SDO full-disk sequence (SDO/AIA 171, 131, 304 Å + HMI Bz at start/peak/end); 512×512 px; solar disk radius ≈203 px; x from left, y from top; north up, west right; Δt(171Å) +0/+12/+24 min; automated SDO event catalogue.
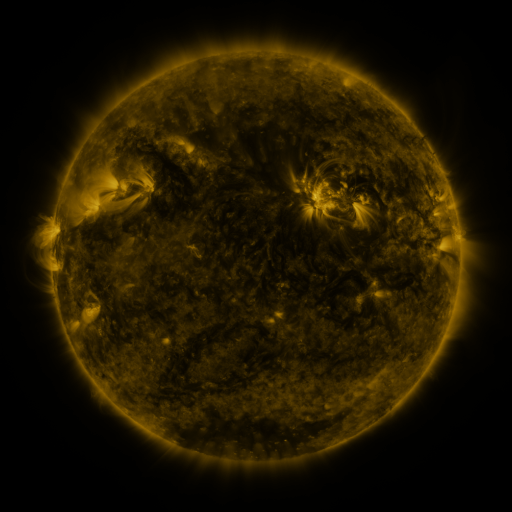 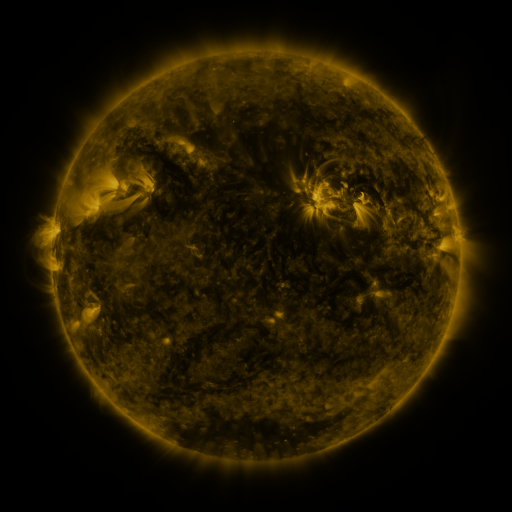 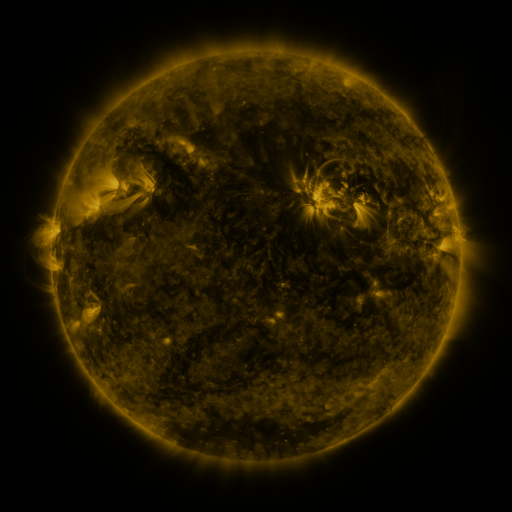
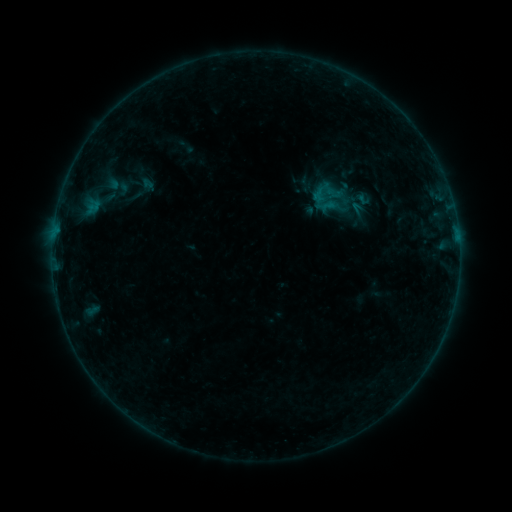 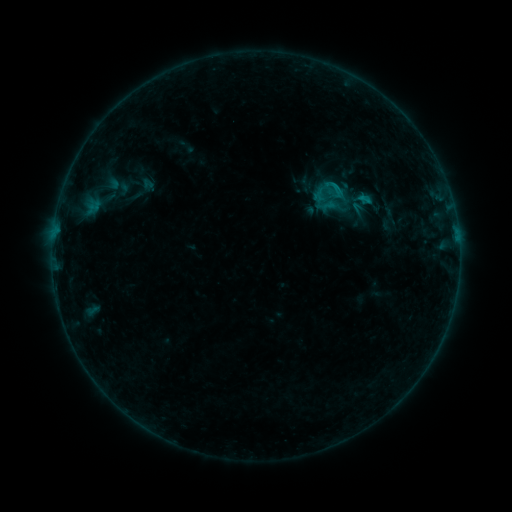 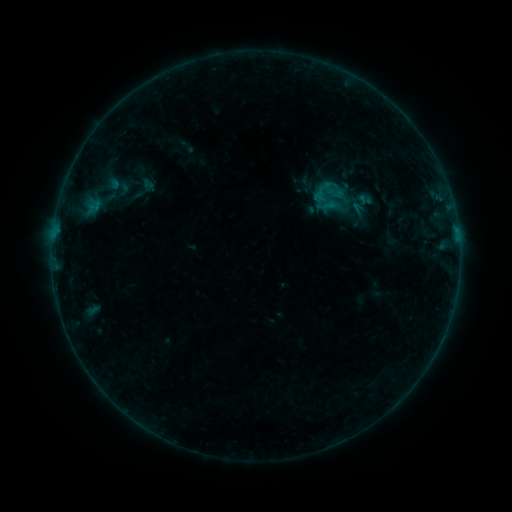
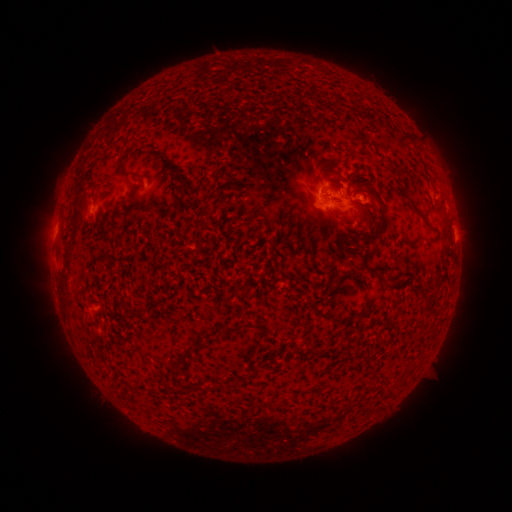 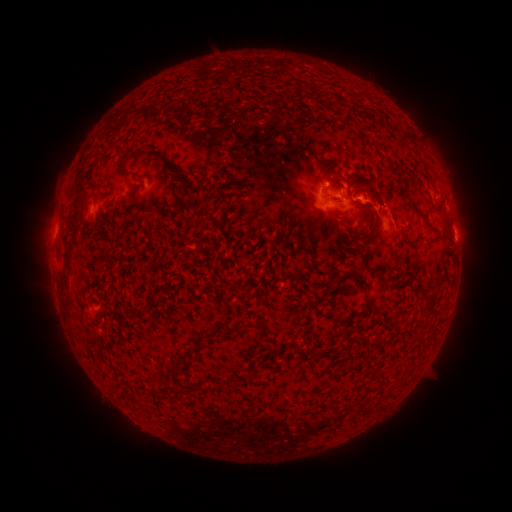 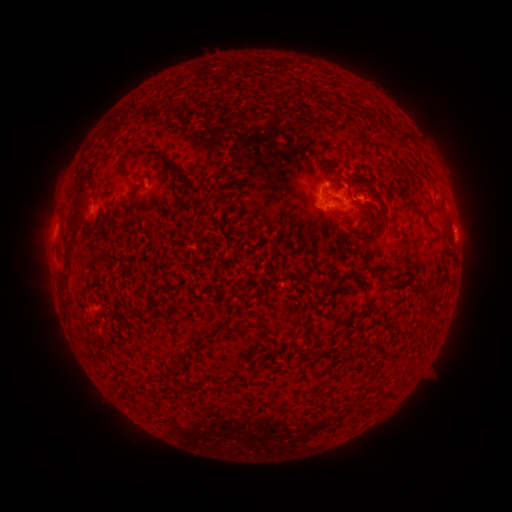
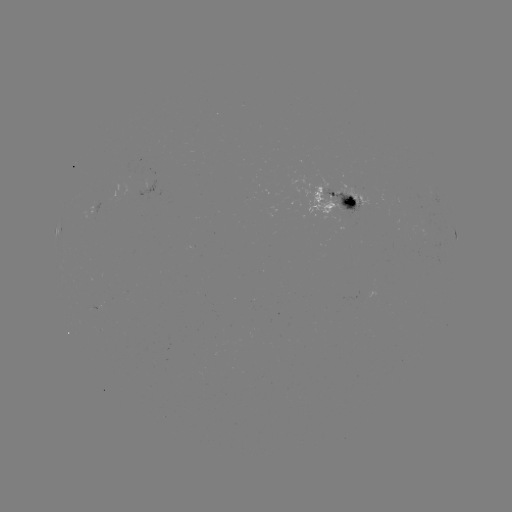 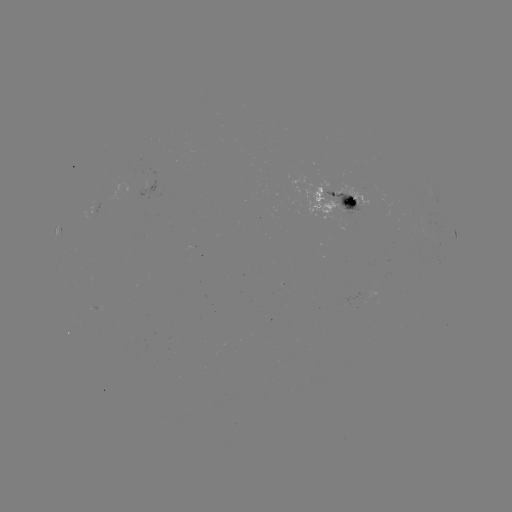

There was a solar flare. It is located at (368, 204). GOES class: B7.9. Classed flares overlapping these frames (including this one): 1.